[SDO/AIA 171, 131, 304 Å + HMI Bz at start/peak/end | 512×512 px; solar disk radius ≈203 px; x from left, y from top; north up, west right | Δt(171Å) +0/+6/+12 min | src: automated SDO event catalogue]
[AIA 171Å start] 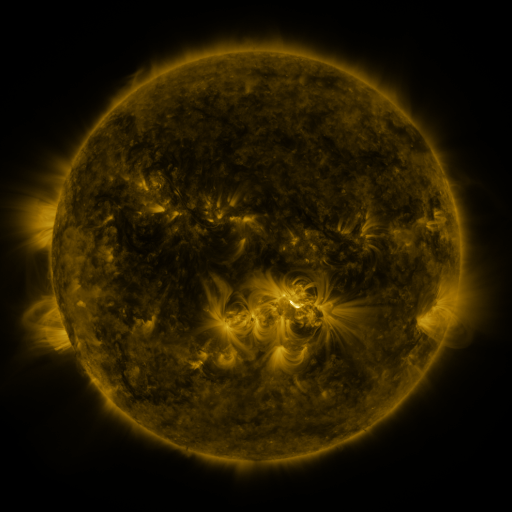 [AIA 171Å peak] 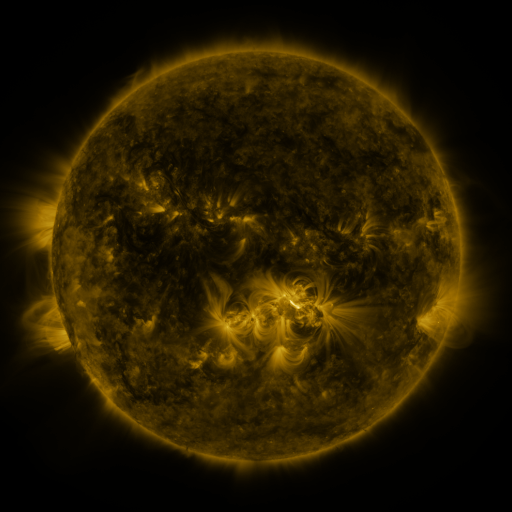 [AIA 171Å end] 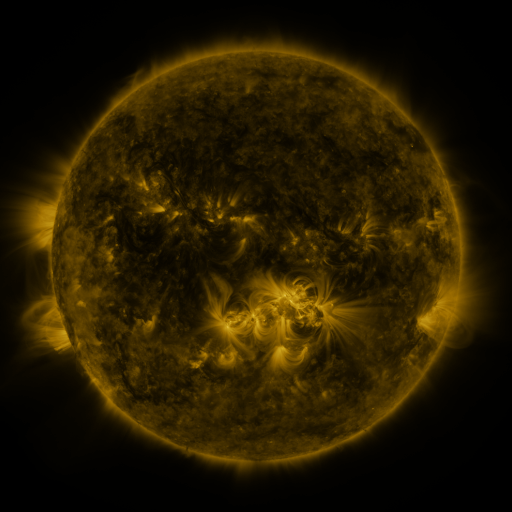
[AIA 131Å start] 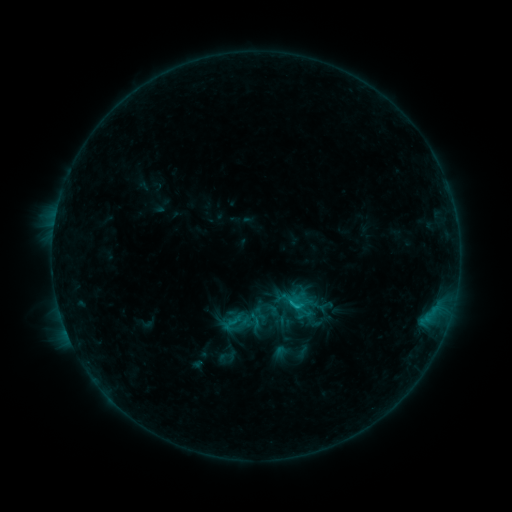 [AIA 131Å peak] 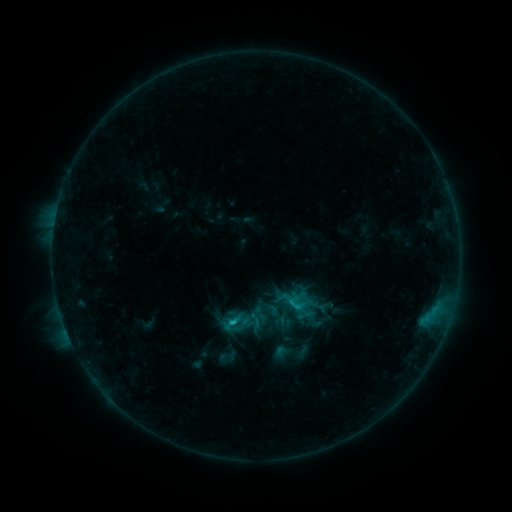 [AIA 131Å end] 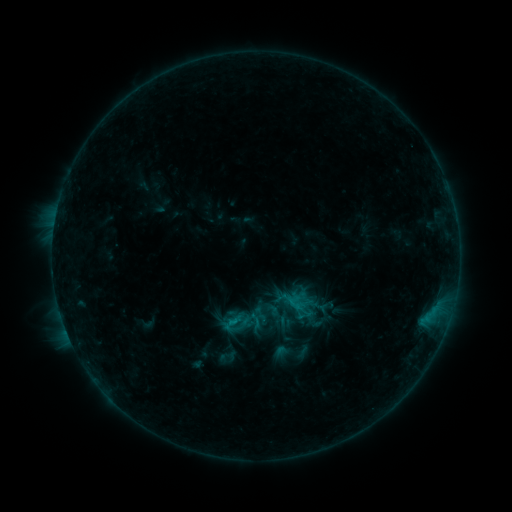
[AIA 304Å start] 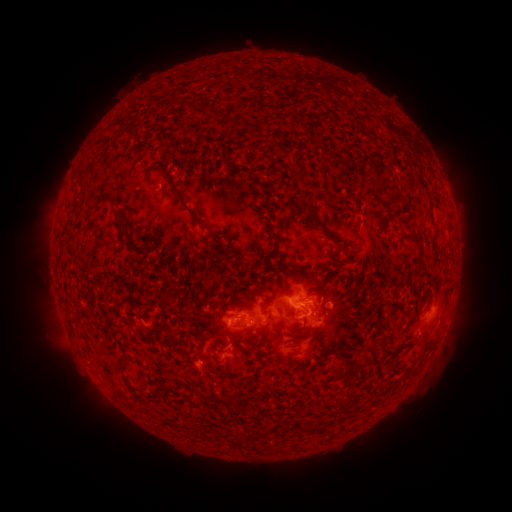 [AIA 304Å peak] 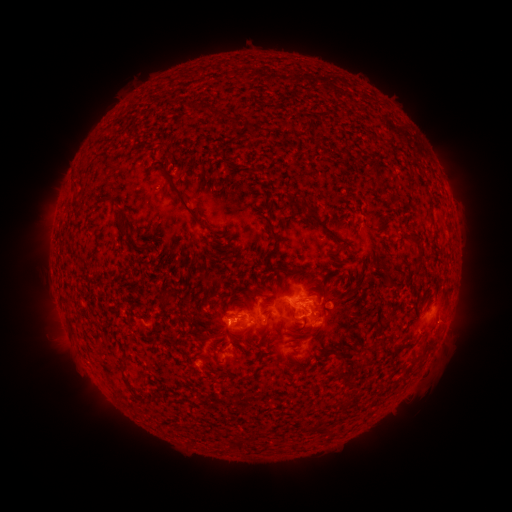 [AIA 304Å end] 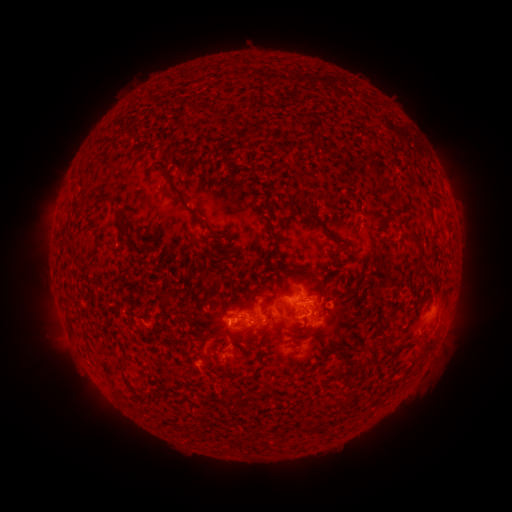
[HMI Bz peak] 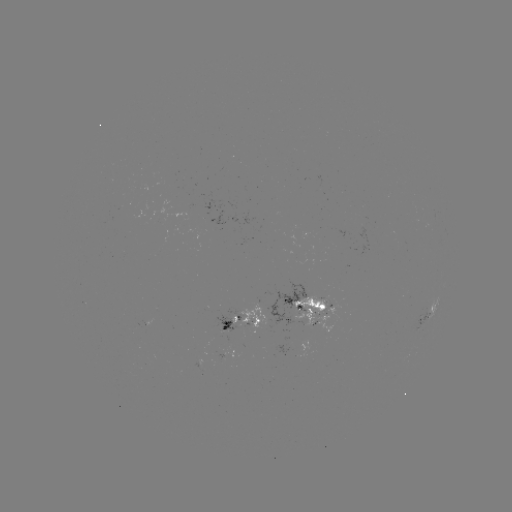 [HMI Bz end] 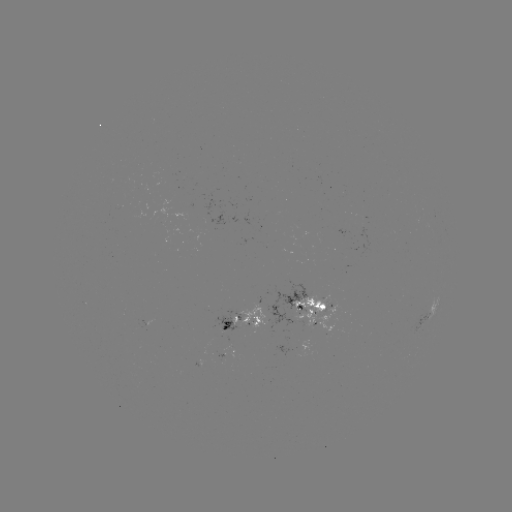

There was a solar flare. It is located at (235, 321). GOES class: B9.2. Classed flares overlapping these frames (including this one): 1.